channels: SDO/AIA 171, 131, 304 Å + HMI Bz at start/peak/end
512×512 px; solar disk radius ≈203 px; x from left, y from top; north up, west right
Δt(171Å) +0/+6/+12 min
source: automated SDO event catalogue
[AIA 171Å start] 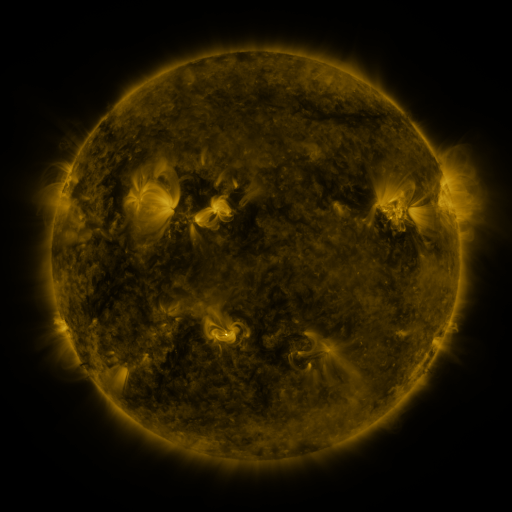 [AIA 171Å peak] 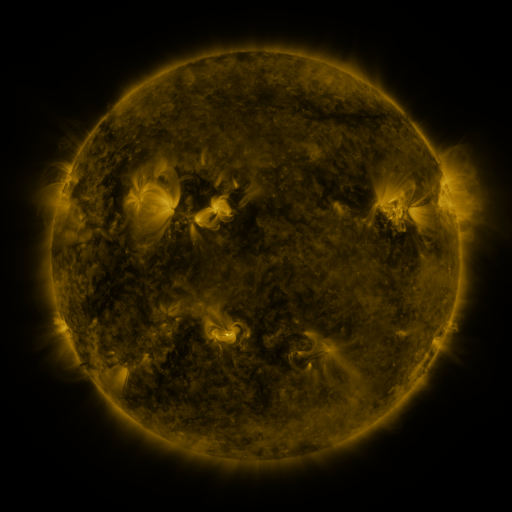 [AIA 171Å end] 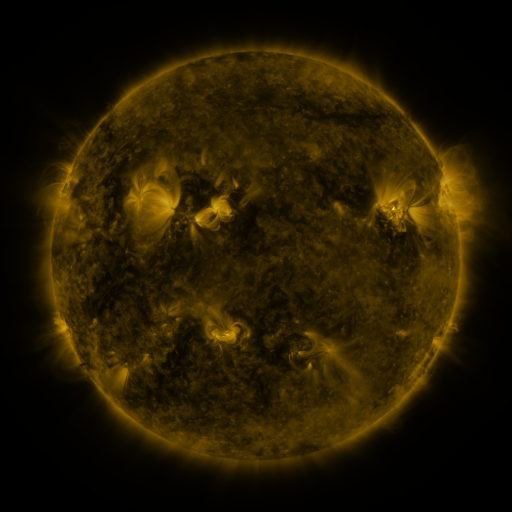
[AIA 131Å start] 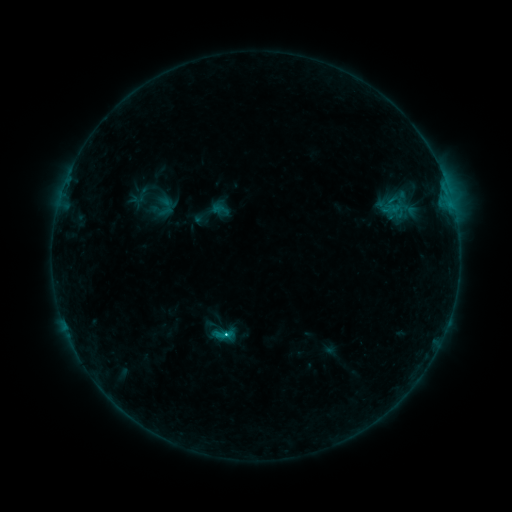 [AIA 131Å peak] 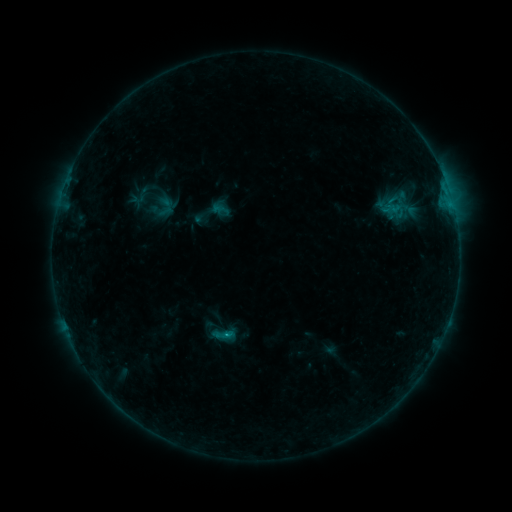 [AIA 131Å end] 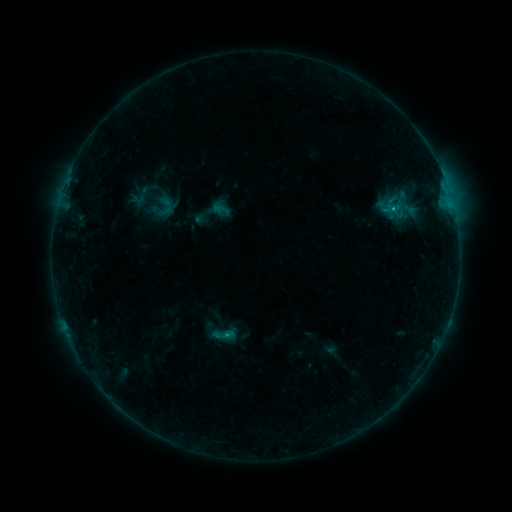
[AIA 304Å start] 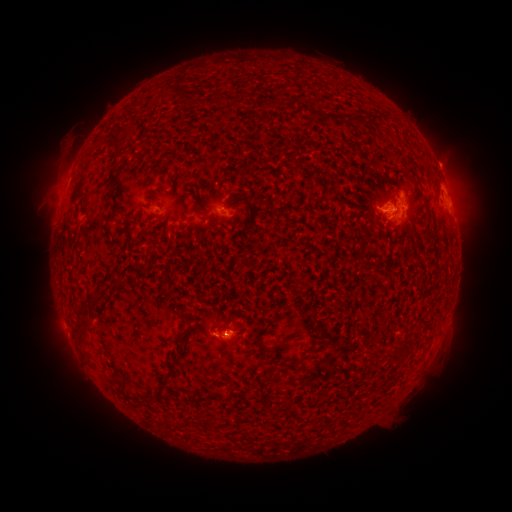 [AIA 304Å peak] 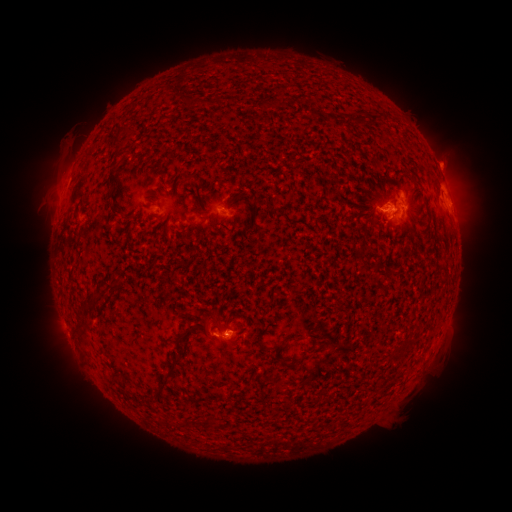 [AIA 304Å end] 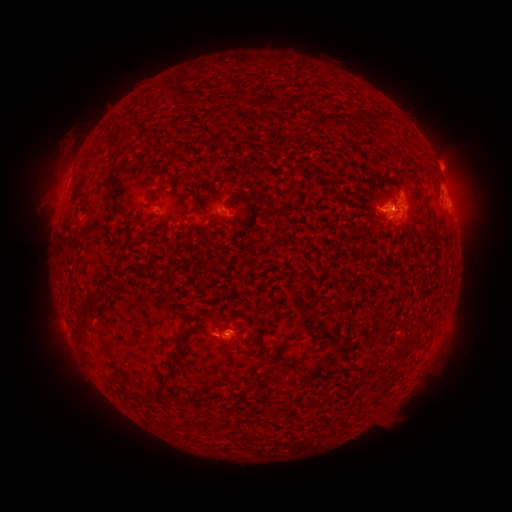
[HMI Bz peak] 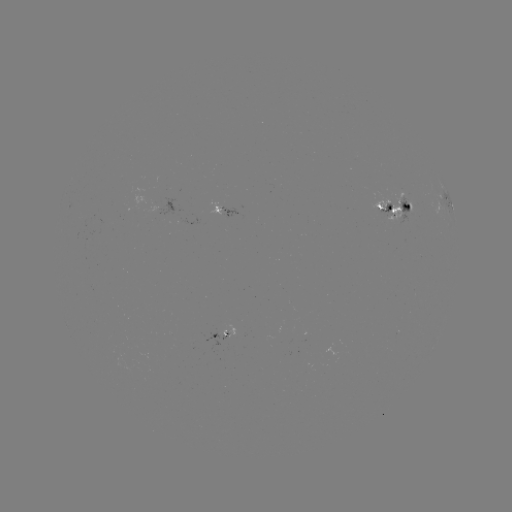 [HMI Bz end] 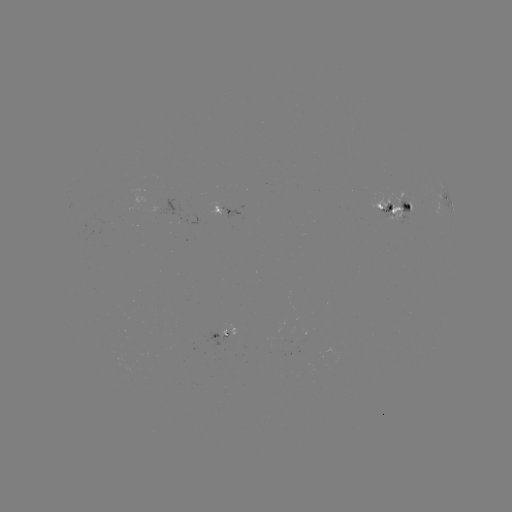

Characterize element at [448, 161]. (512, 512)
eruption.